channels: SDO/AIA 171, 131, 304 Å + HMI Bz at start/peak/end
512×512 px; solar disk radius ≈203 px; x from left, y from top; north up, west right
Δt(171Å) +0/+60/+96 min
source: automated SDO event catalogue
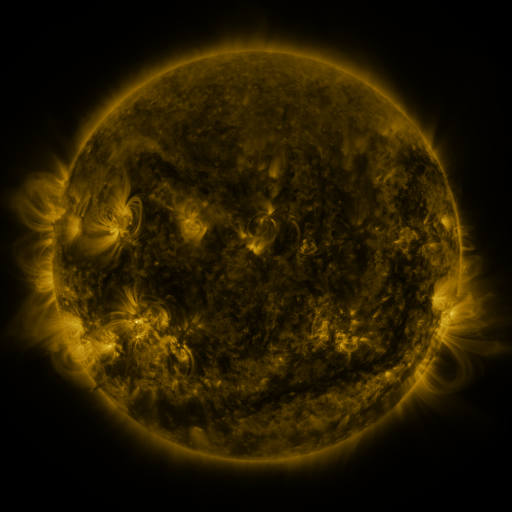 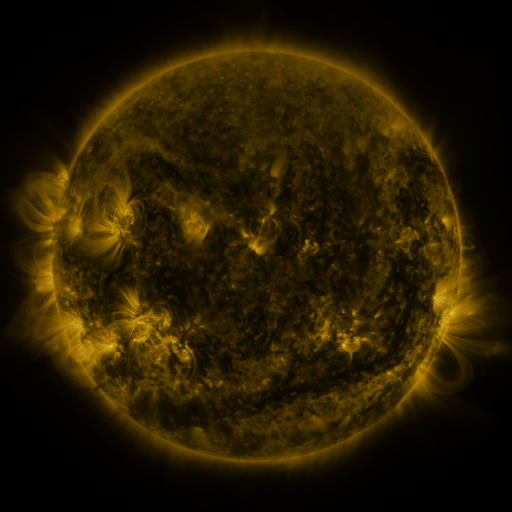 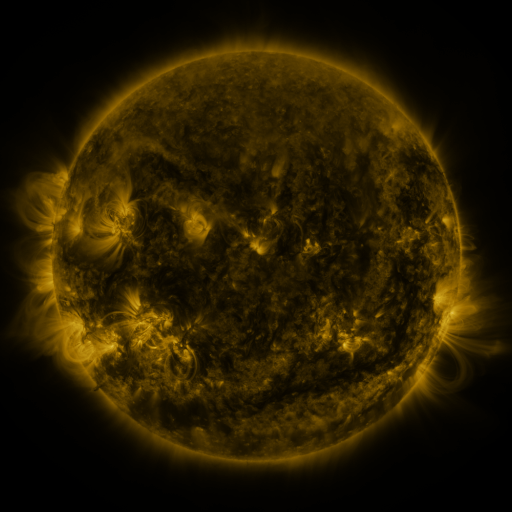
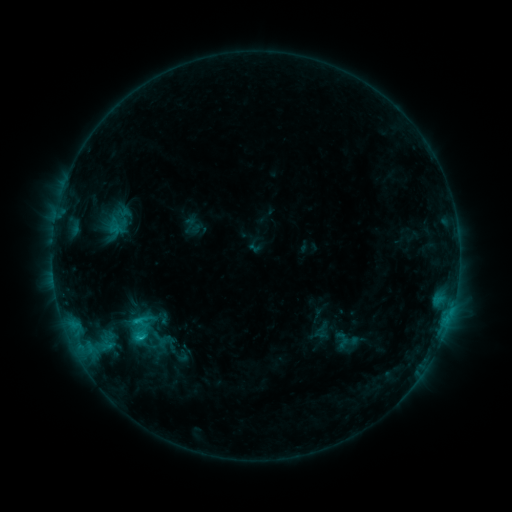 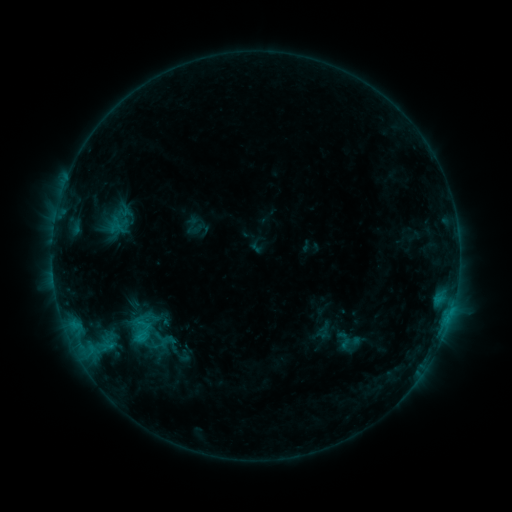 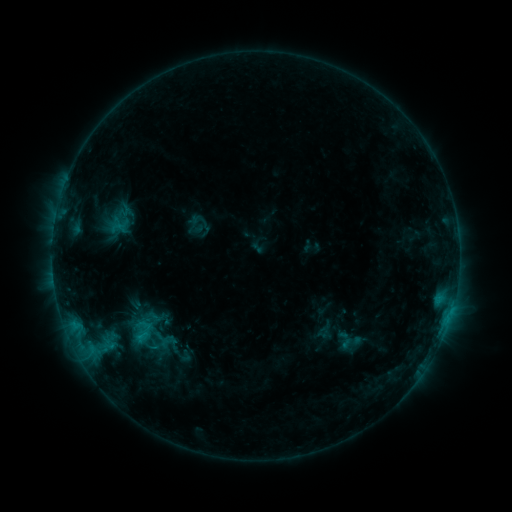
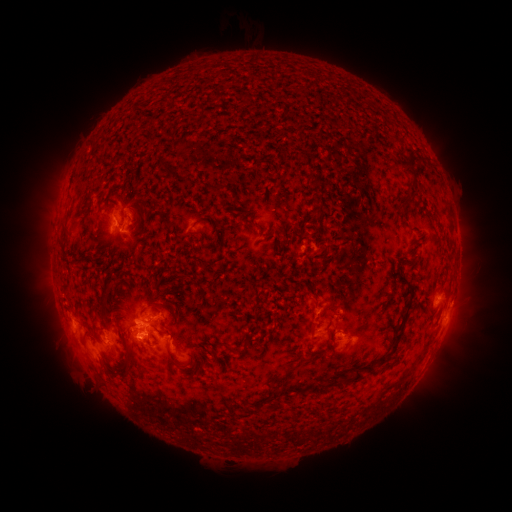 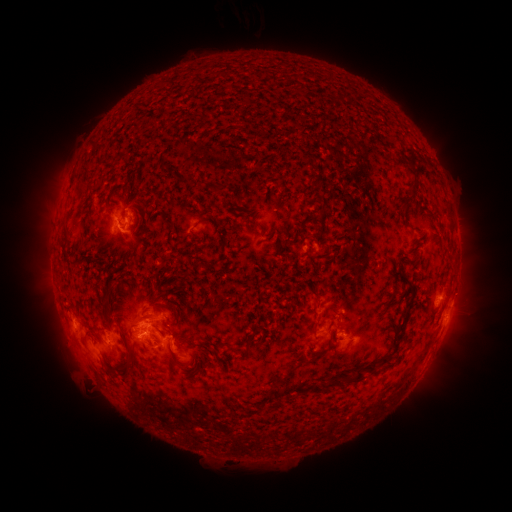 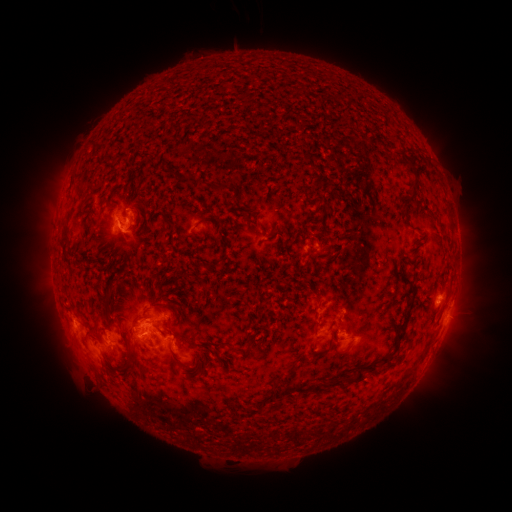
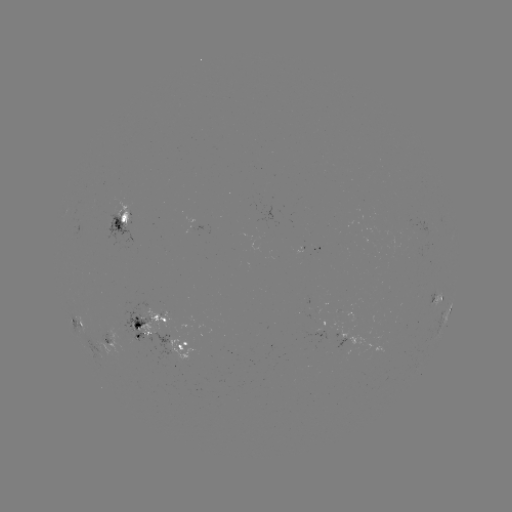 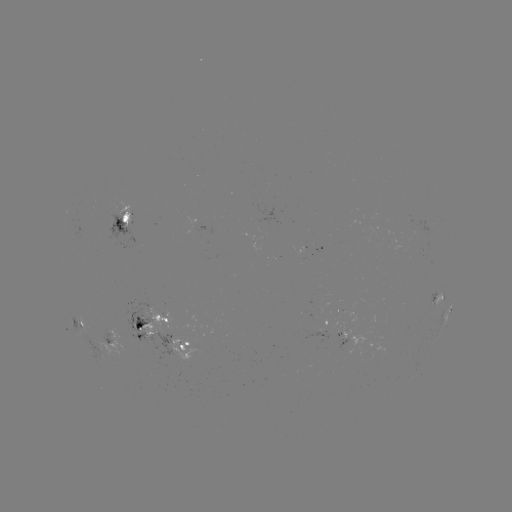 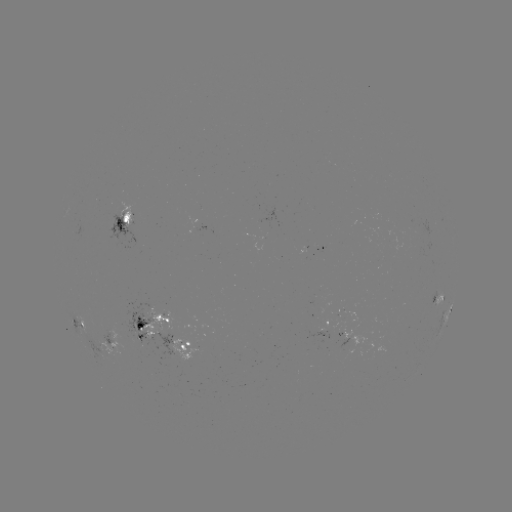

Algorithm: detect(emerging-flux region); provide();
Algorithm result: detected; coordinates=(167, 337)